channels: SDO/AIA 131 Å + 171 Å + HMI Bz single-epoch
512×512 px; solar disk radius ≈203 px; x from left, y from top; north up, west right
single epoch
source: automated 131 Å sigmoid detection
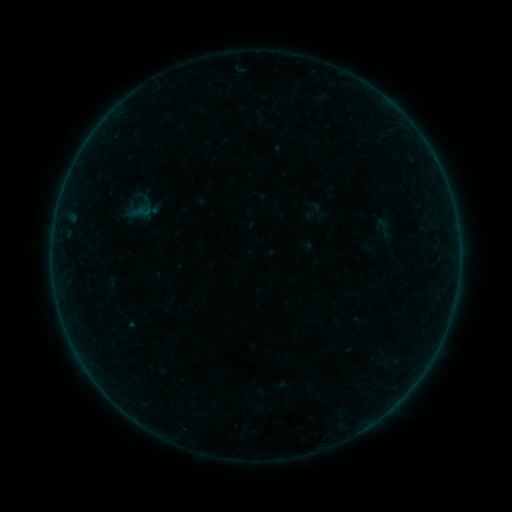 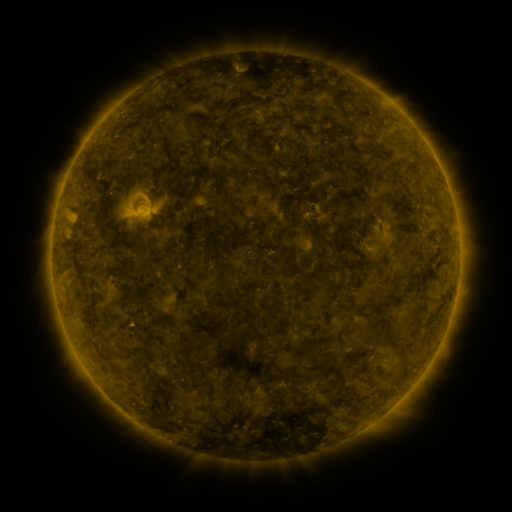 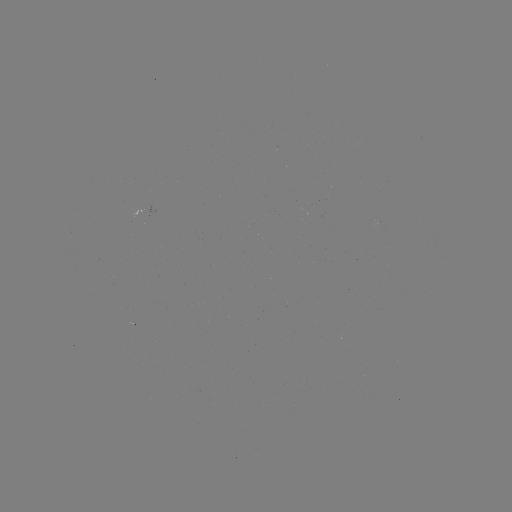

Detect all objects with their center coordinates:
sigmoid: (305, 202, 325, 220)
sigmoid: (369, 215, 397, 241)
